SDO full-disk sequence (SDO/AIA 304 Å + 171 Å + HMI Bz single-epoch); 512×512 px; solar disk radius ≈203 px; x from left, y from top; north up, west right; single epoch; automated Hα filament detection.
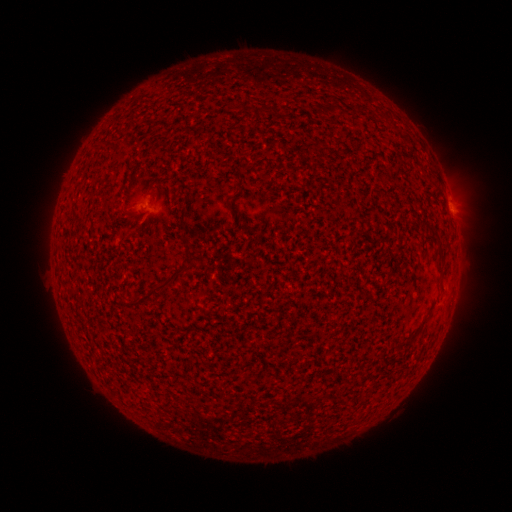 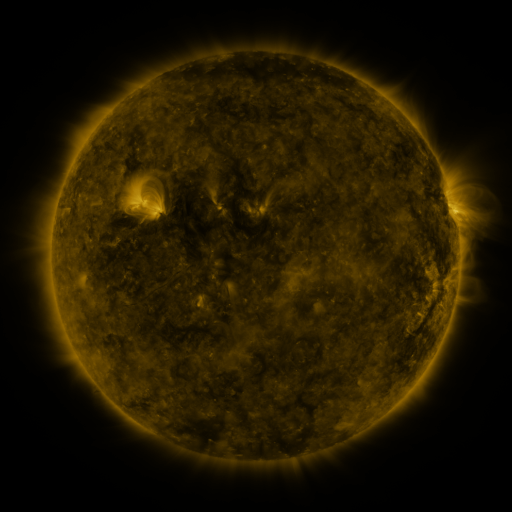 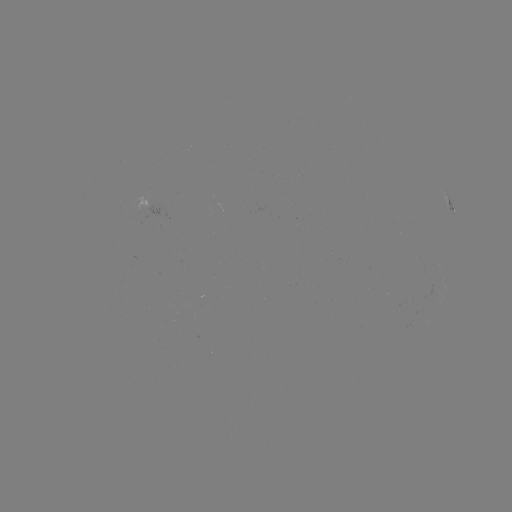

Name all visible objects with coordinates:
filament: [436, 260, 443, 275]
filament: [127, 265, 188, 308]
filament: [407, 332, 418, 343]
